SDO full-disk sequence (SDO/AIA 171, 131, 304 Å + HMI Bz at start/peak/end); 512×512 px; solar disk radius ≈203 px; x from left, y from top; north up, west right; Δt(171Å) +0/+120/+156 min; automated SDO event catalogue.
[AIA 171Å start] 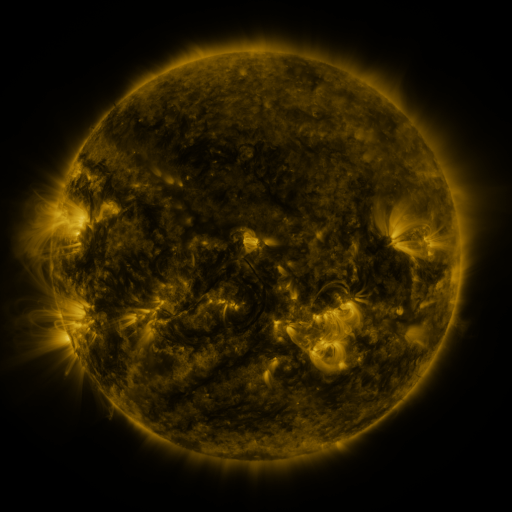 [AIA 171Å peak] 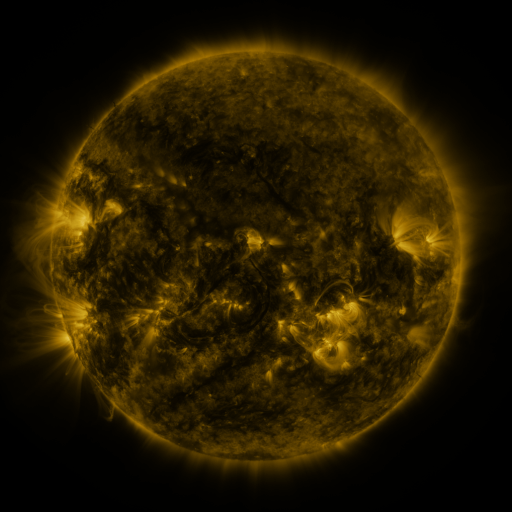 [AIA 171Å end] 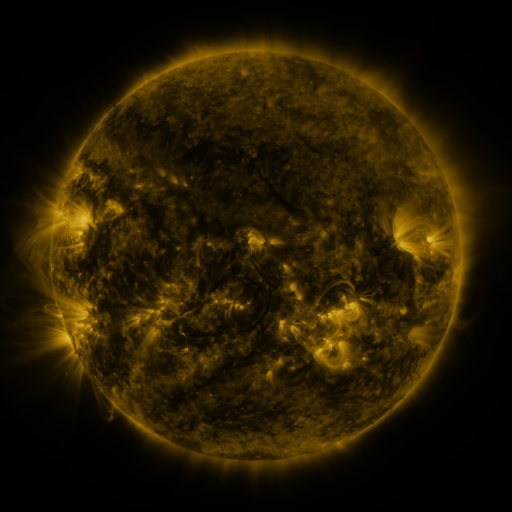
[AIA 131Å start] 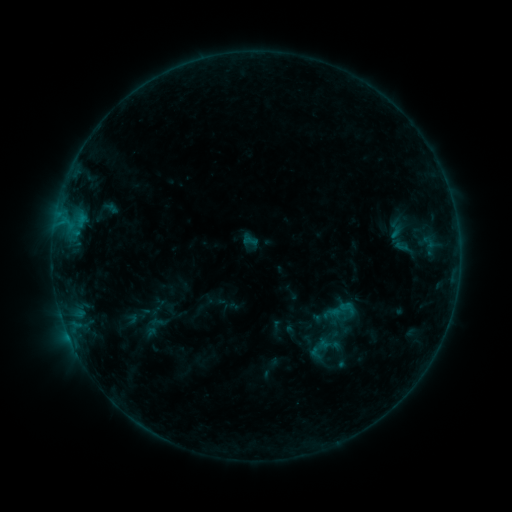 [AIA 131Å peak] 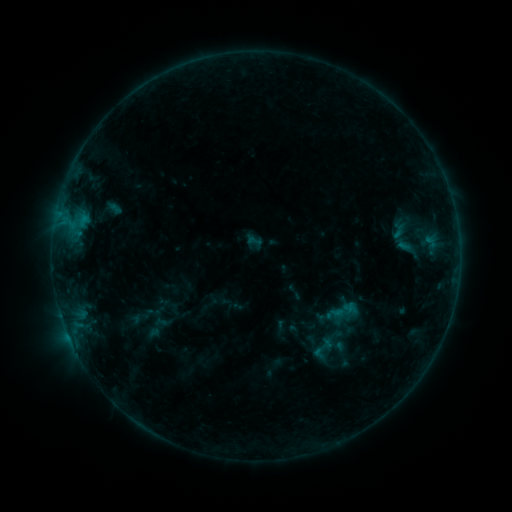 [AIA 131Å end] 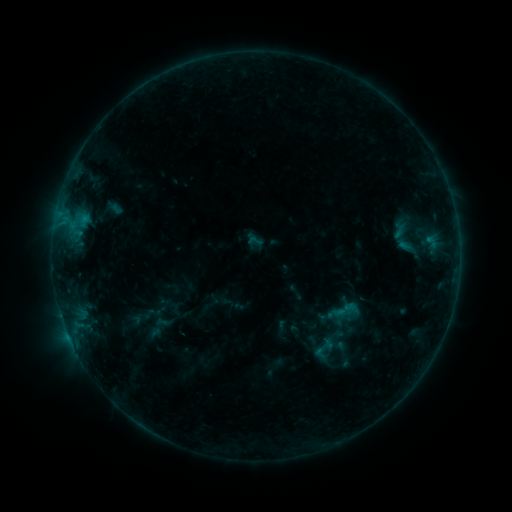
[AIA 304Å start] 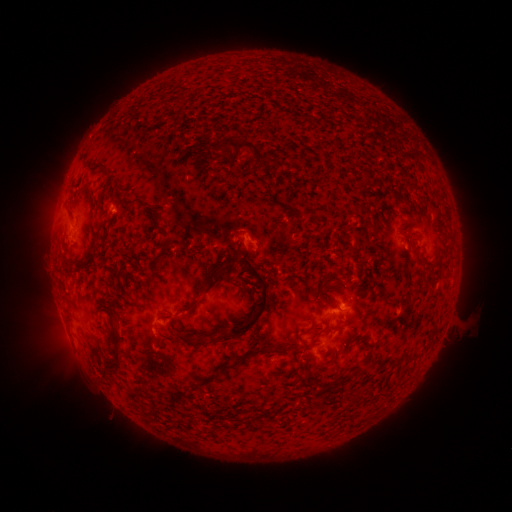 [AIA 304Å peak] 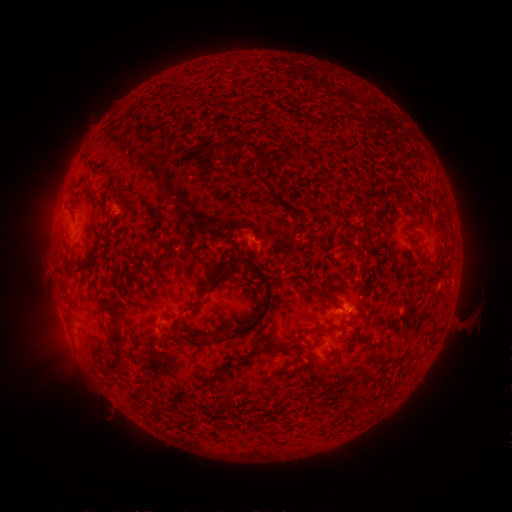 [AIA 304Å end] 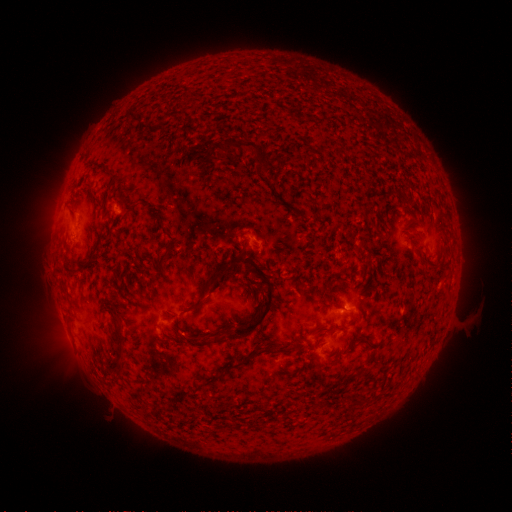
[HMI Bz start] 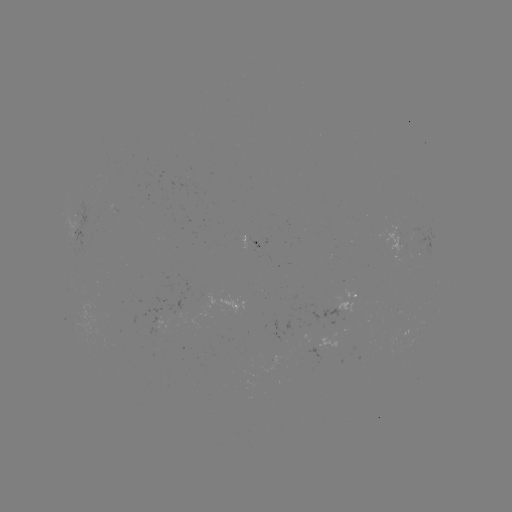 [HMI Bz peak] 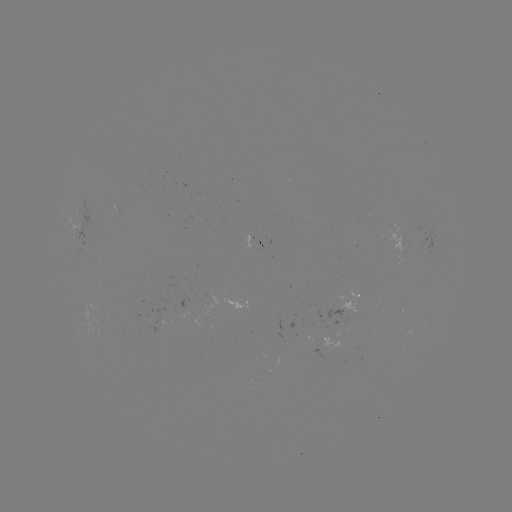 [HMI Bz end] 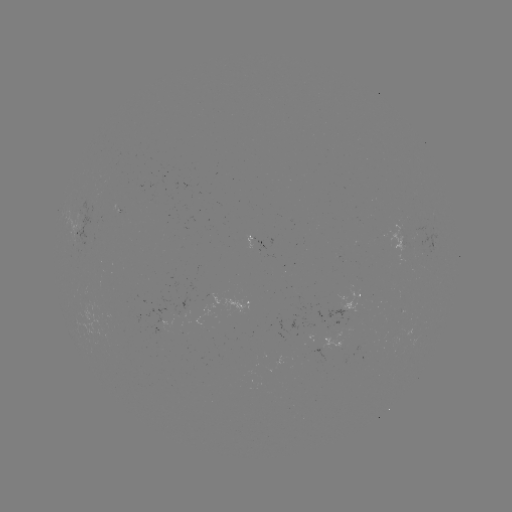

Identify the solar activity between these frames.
emerging-flux region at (402, 243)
